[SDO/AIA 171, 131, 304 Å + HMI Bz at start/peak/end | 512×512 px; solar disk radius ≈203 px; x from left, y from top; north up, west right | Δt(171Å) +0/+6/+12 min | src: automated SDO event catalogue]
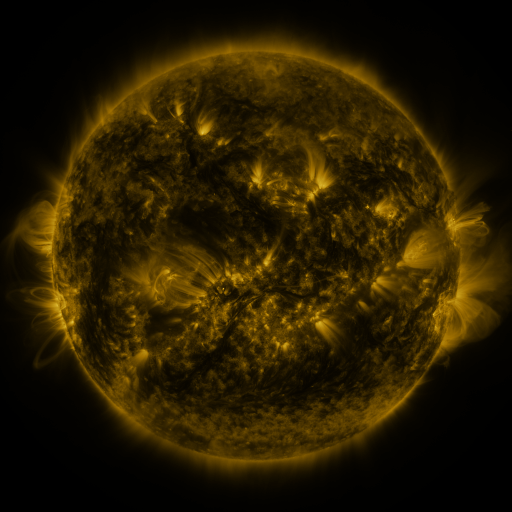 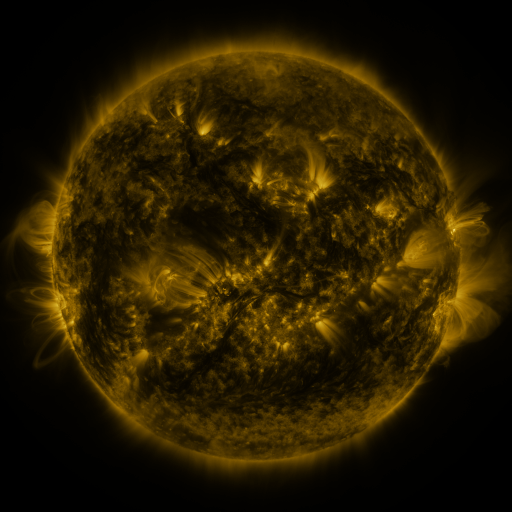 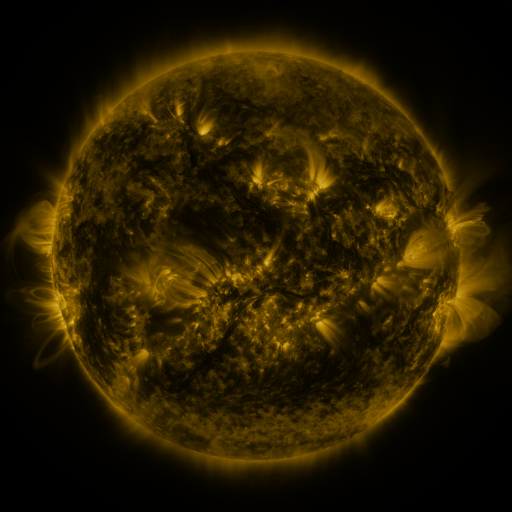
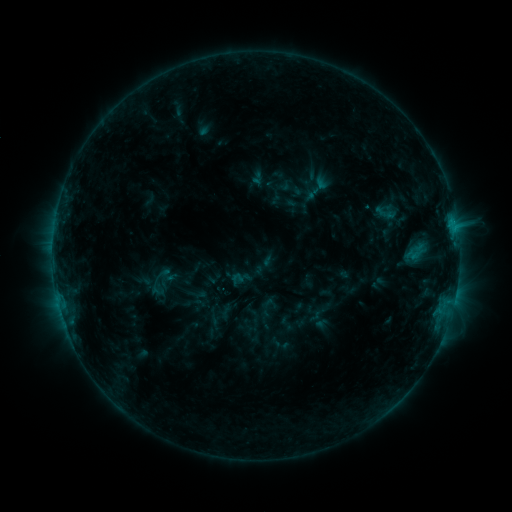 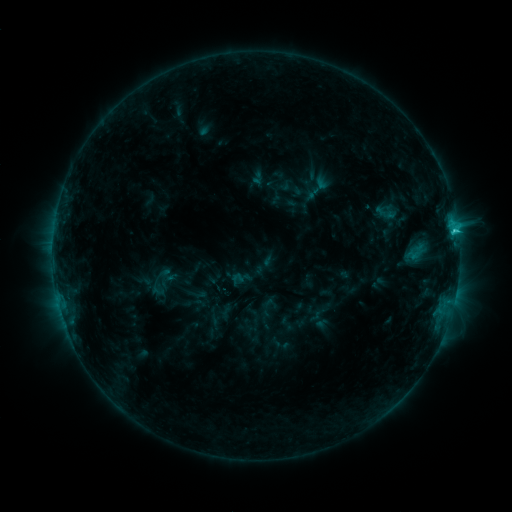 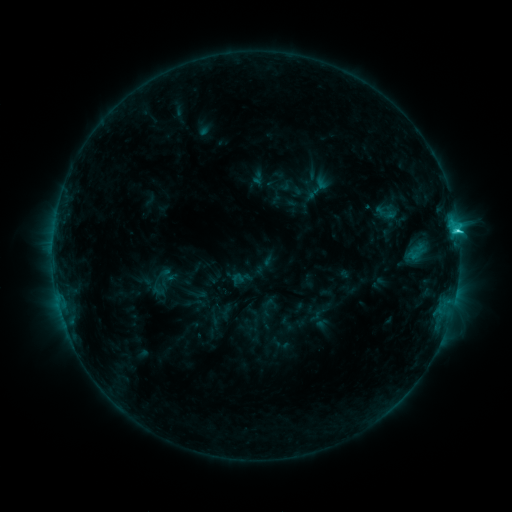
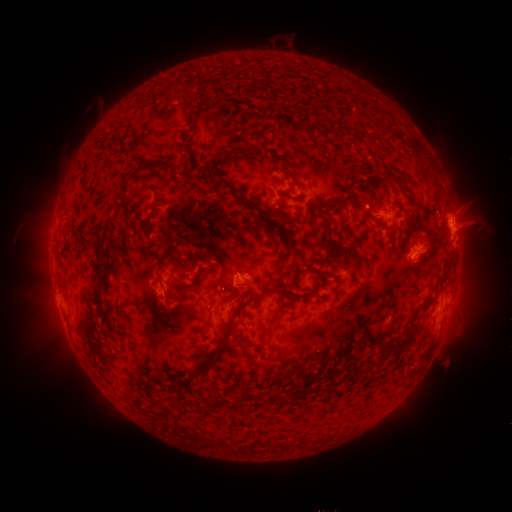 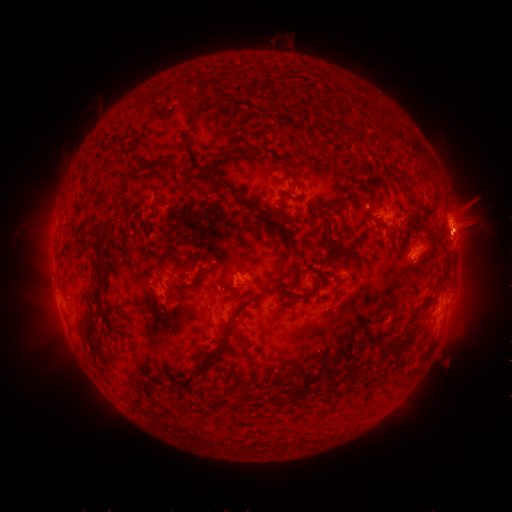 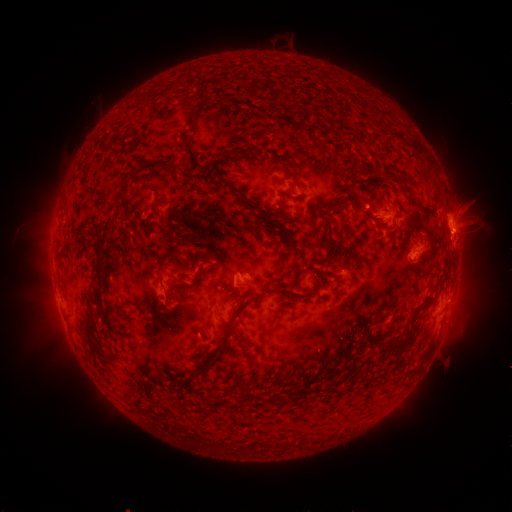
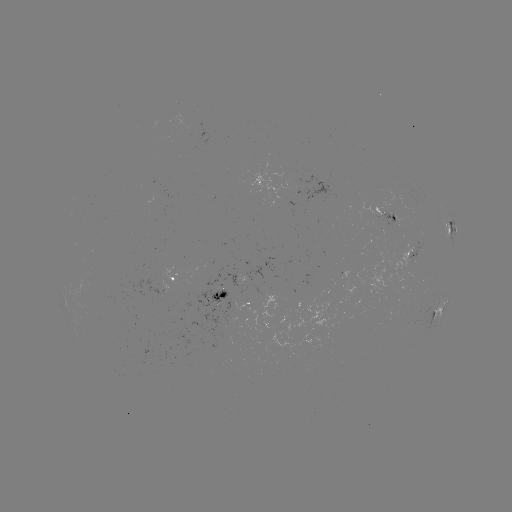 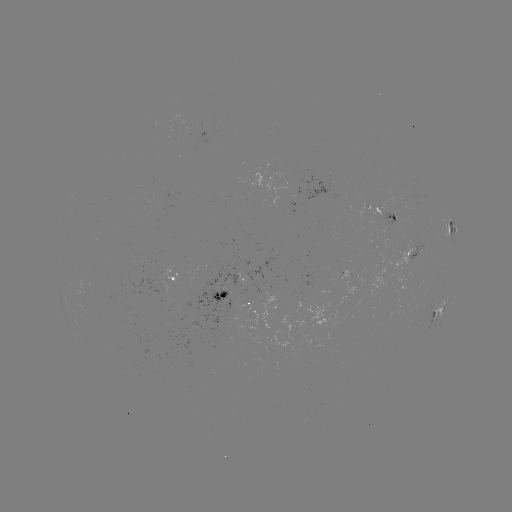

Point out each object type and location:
C2.4 flare: (454, 231)
